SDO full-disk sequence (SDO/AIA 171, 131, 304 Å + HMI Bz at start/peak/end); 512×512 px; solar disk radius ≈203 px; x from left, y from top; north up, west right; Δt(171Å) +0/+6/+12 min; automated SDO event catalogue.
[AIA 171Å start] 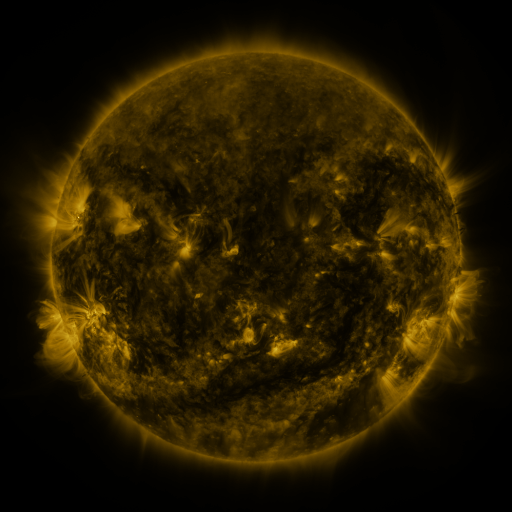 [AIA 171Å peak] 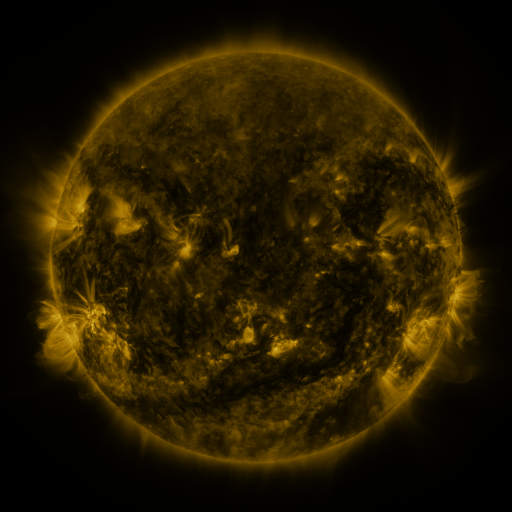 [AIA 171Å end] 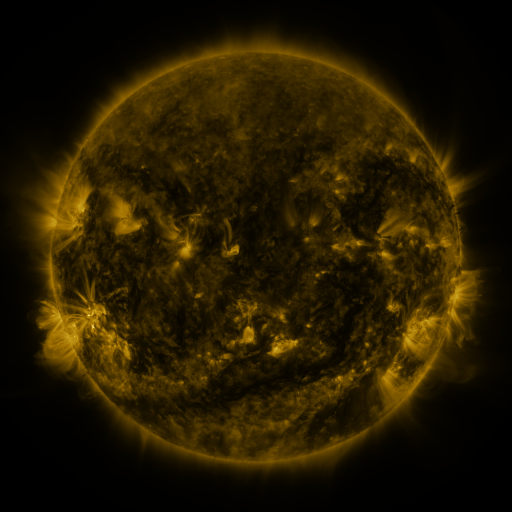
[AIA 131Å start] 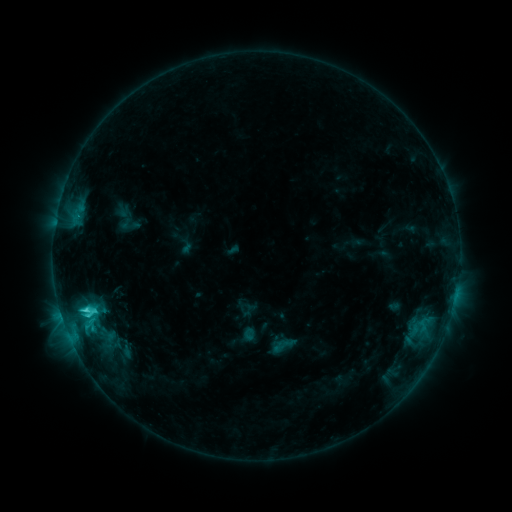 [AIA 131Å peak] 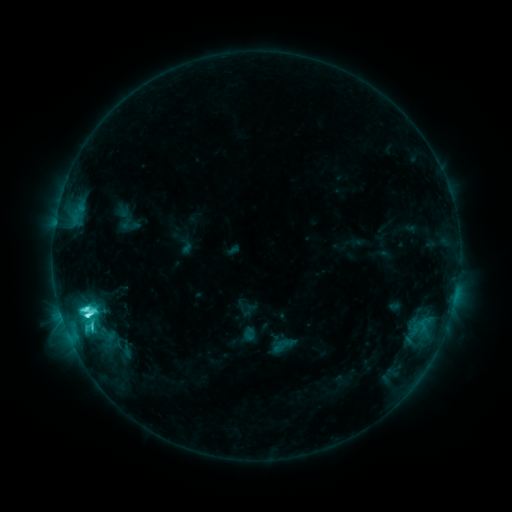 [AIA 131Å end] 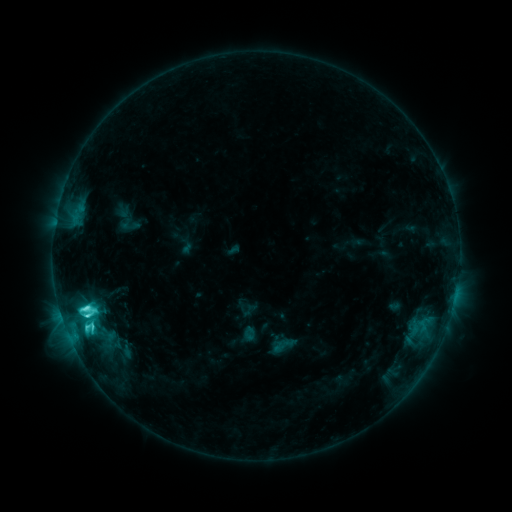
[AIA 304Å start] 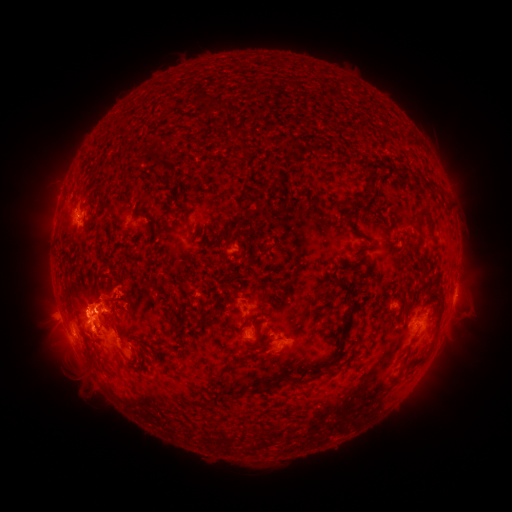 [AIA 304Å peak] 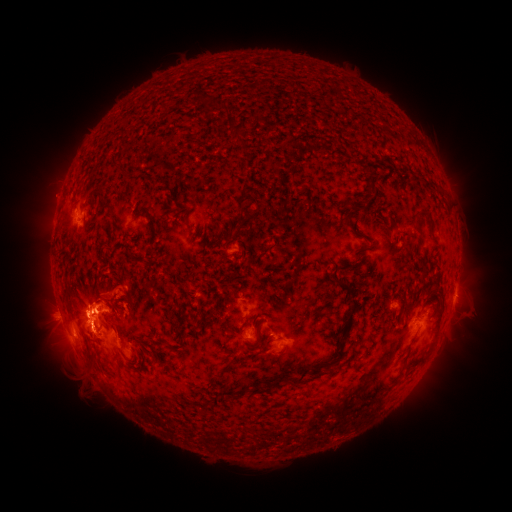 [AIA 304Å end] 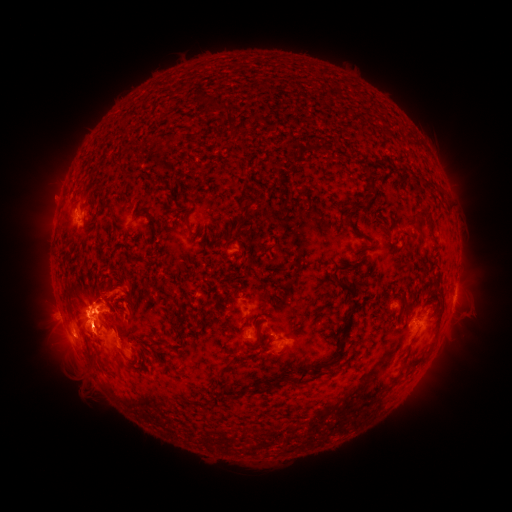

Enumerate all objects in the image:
C8.0 flare: (89, 315)
